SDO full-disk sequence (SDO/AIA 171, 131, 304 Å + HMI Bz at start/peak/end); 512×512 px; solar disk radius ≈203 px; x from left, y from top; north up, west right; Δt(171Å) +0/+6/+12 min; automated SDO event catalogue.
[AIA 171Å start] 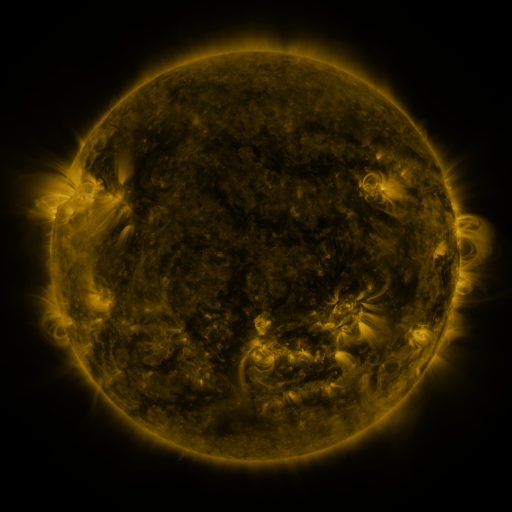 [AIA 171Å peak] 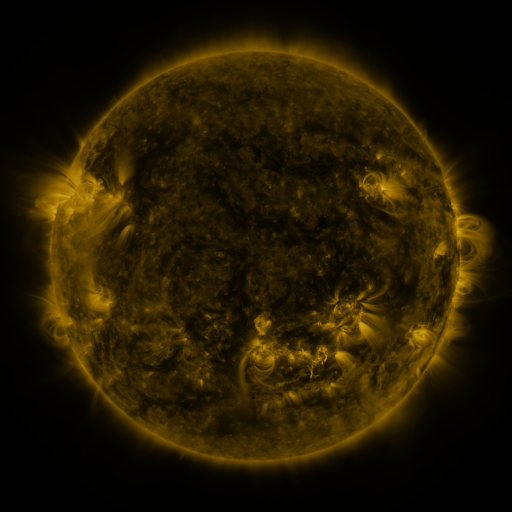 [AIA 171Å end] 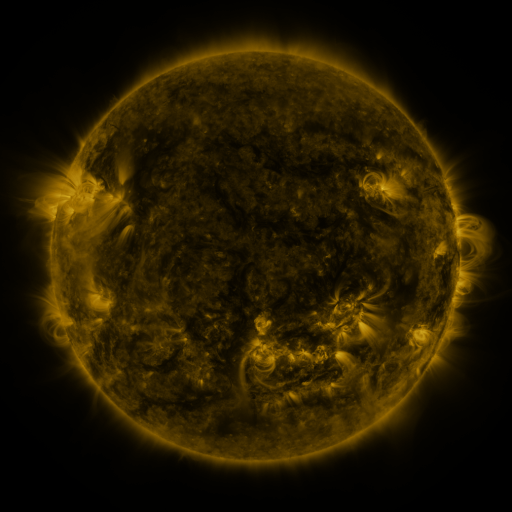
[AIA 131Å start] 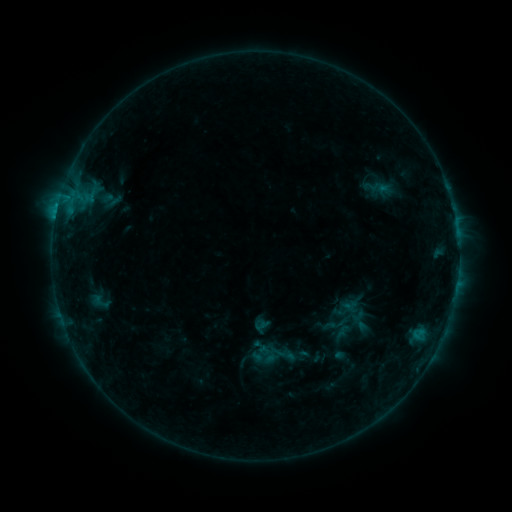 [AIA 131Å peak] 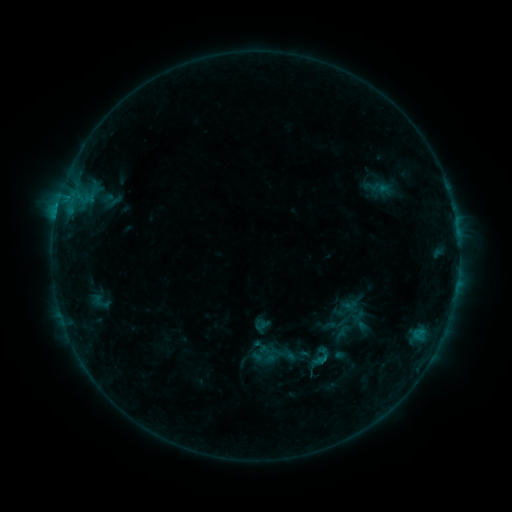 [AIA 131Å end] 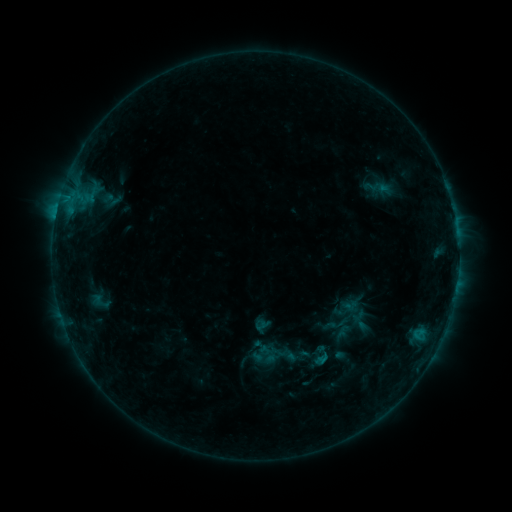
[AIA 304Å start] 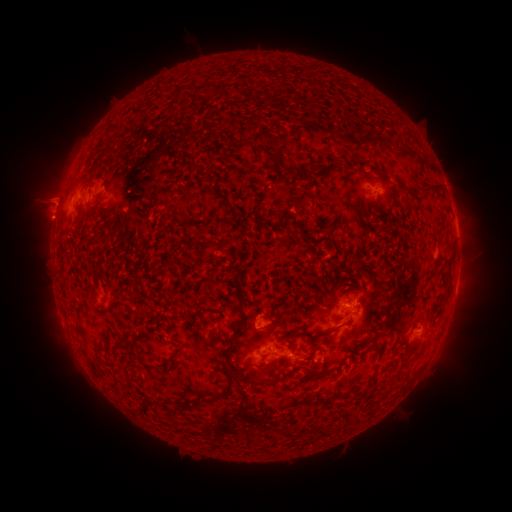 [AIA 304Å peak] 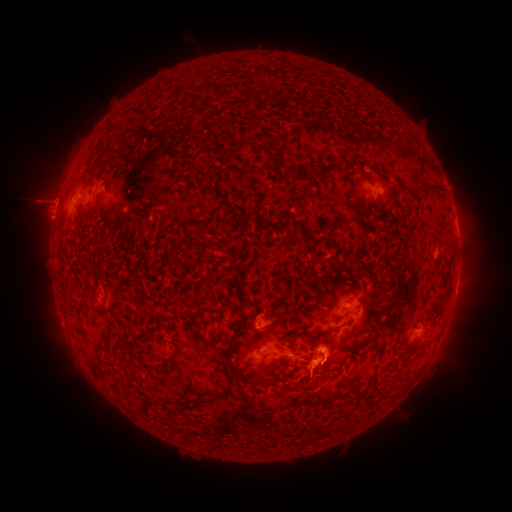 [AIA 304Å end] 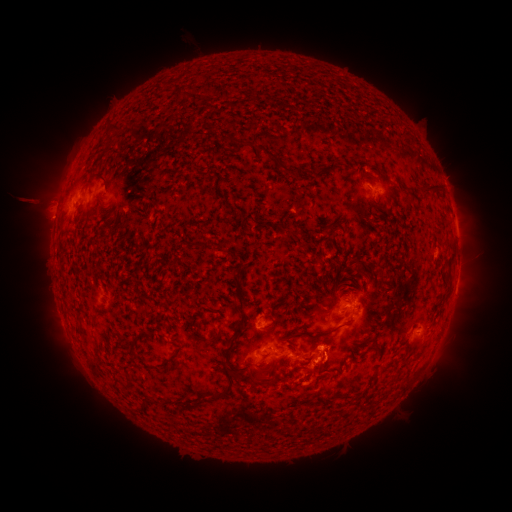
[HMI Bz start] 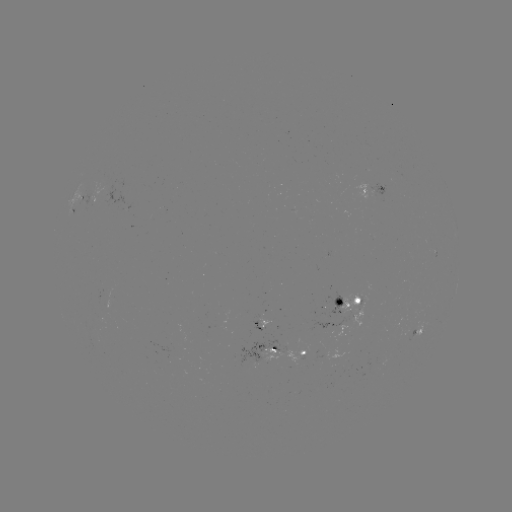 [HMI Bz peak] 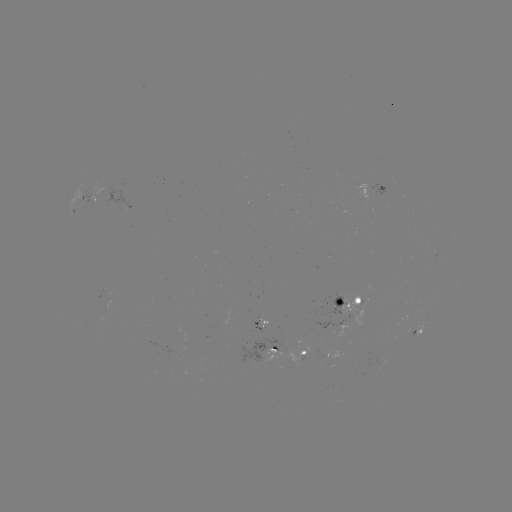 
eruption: [289, 320, 370, 428]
